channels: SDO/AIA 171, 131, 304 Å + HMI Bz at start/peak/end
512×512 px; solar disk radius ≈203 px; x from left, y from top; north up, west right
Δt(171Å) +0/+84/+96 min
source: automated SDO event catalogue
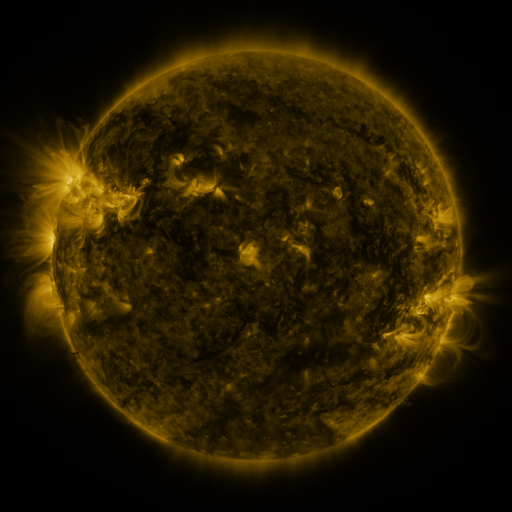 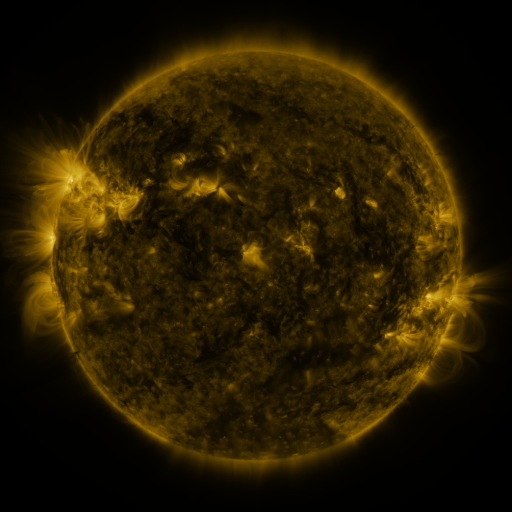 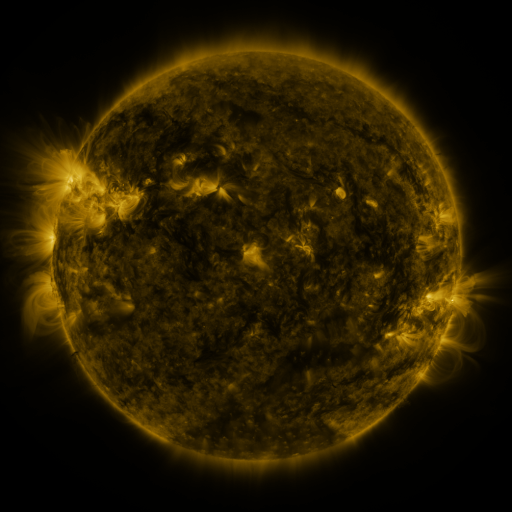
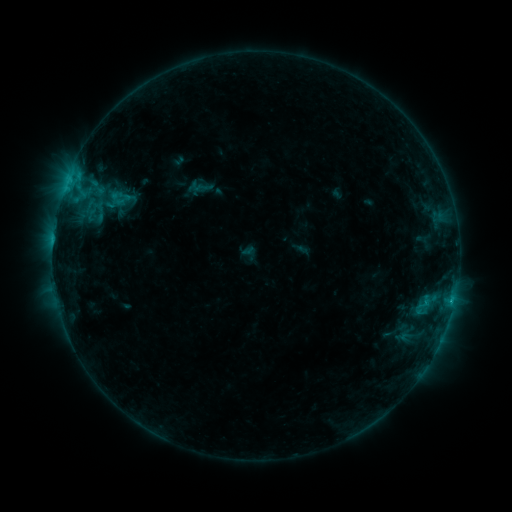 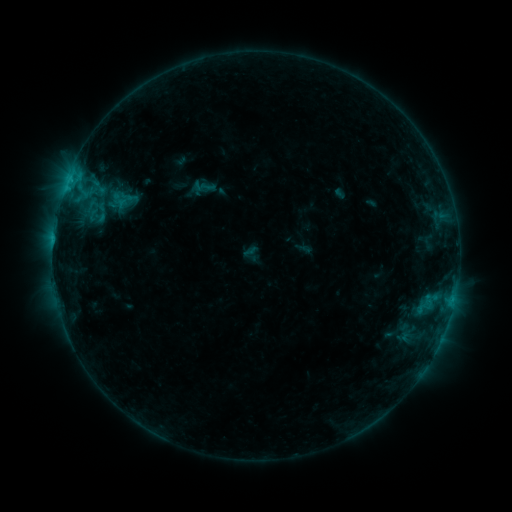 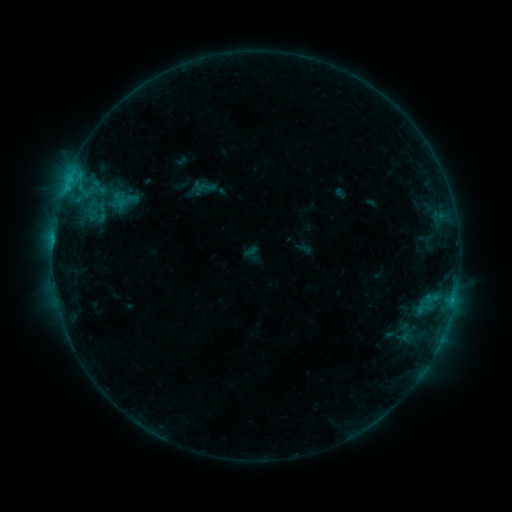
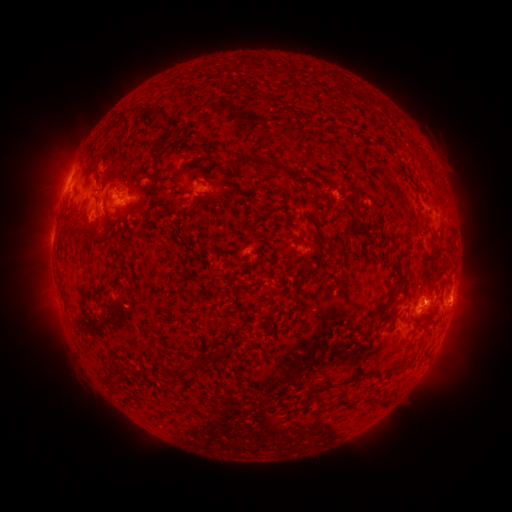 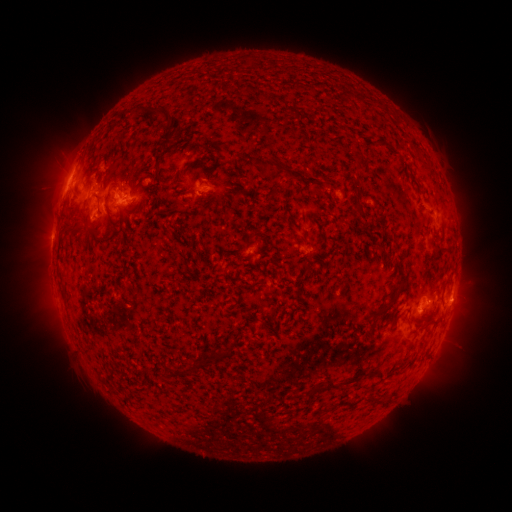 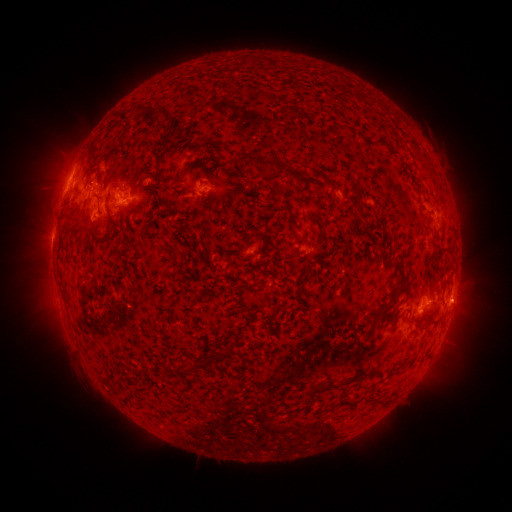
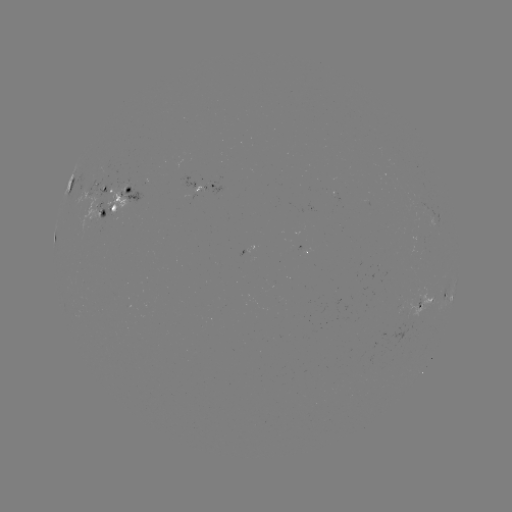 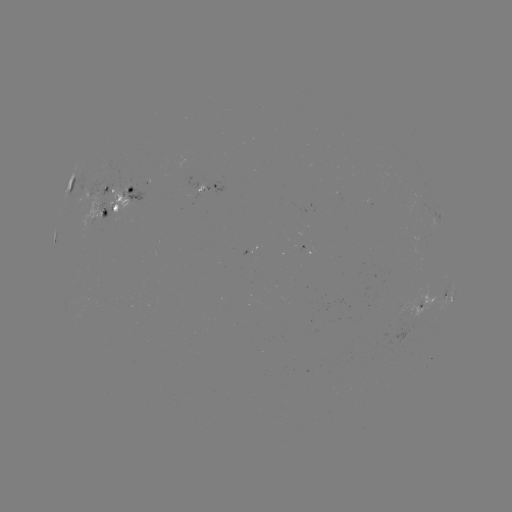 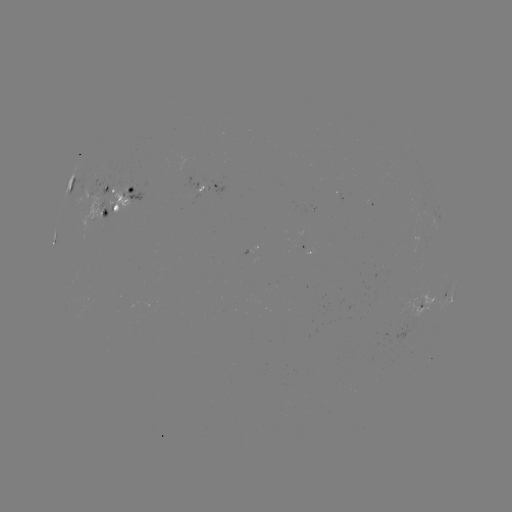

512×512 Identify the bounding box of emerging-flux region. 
[415, 295, 420, 309].